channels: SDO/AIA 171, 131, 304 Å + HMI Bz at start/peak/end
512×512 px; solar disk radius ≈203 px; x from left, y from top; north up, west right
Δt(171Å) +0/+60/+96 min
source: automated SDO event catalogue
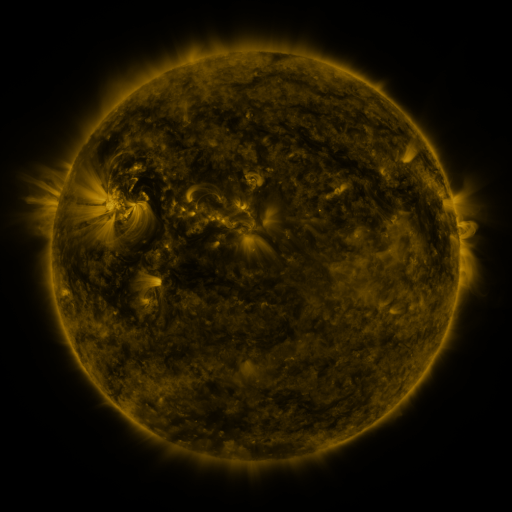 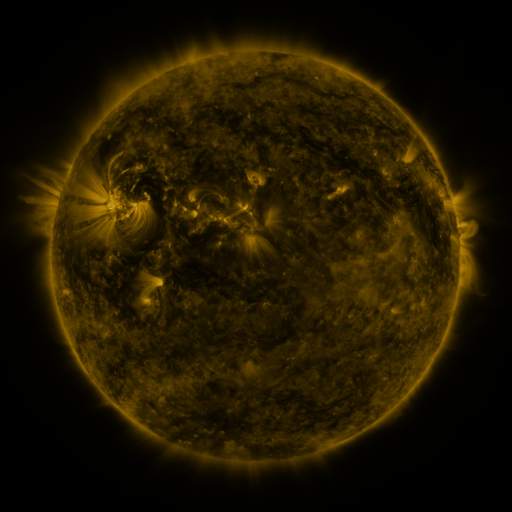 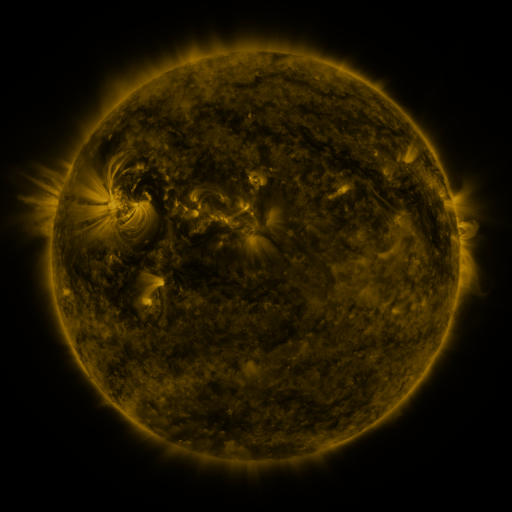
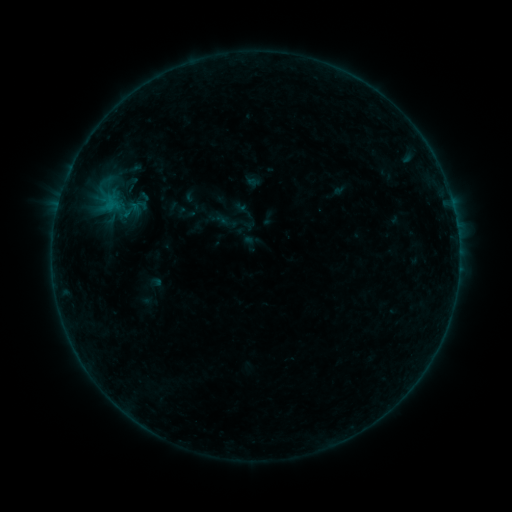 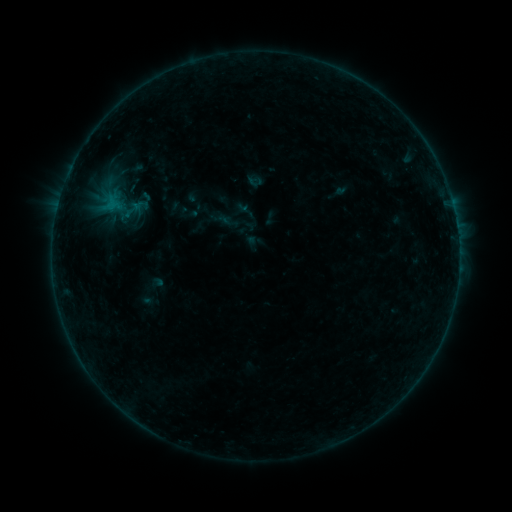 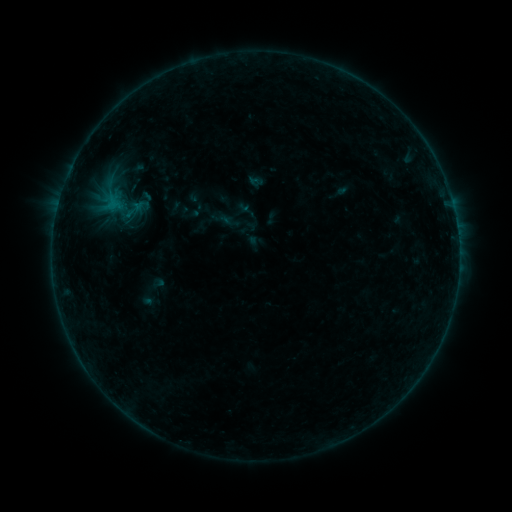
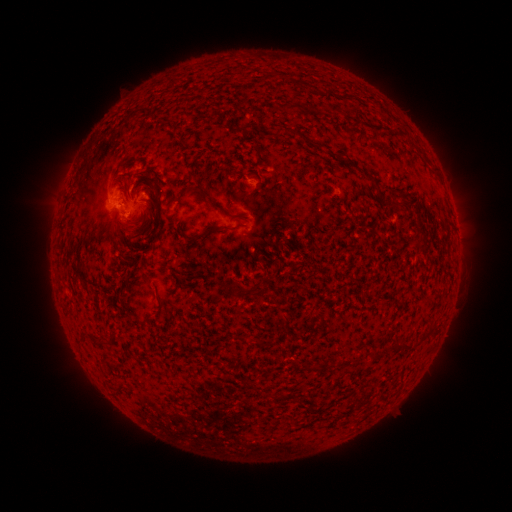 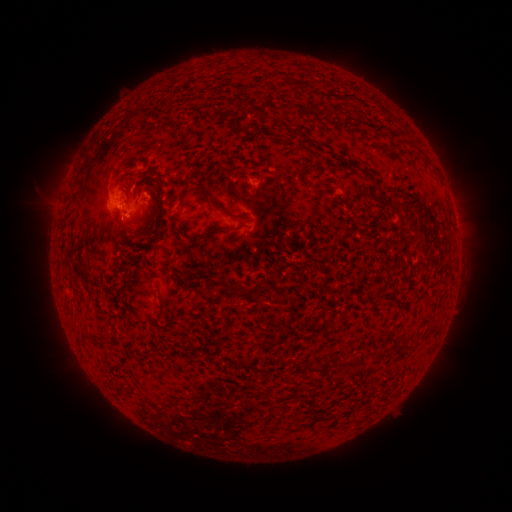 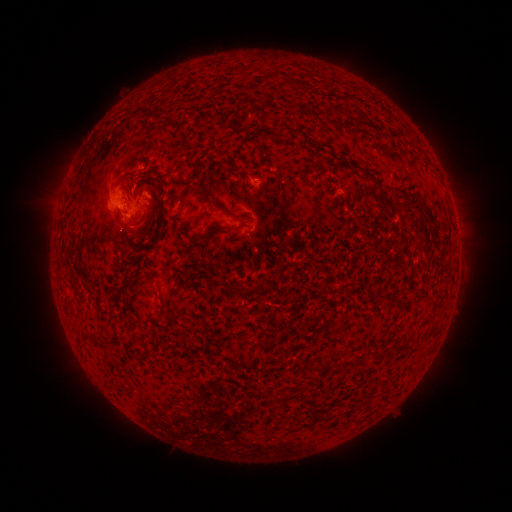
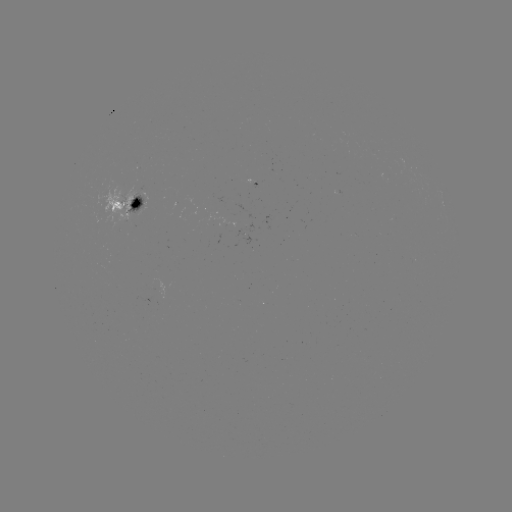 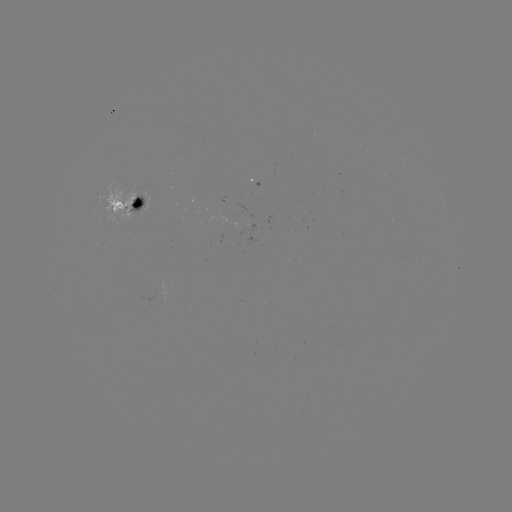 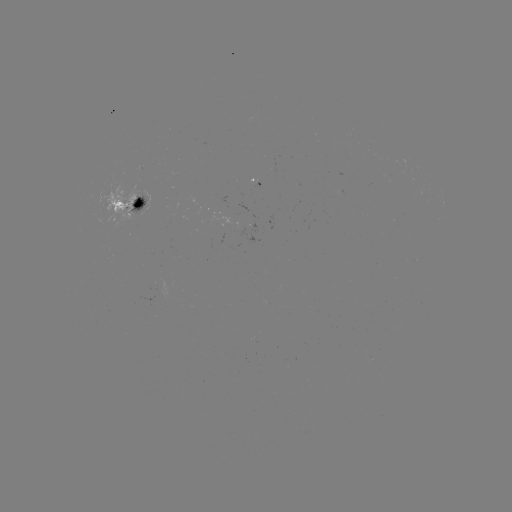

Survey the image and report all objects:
emerging-flux region: (142, 195)
